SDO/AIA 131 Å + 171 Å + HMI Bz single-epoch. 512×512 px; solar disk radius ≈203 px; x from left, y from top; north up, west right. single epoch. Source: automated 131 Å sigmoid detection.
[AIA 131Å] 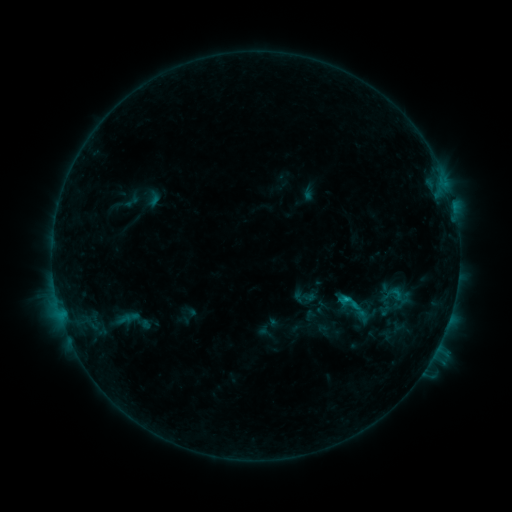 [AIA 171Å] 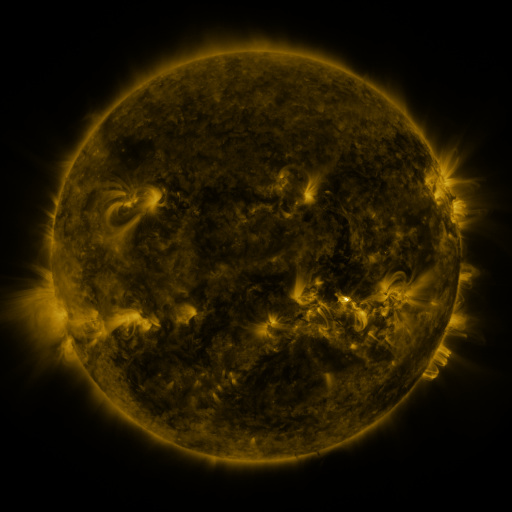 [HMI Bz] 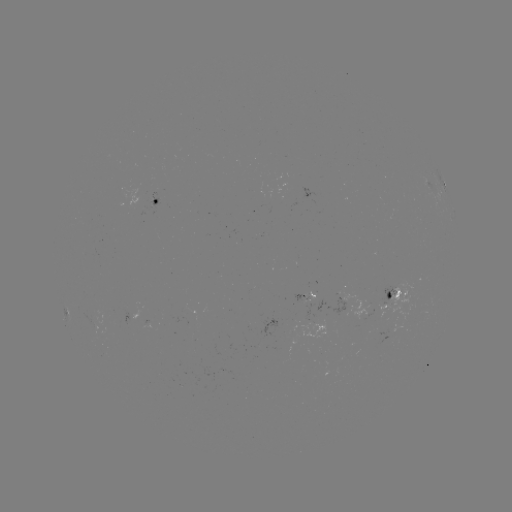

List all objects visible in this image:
sigmoid: (357, 308)
